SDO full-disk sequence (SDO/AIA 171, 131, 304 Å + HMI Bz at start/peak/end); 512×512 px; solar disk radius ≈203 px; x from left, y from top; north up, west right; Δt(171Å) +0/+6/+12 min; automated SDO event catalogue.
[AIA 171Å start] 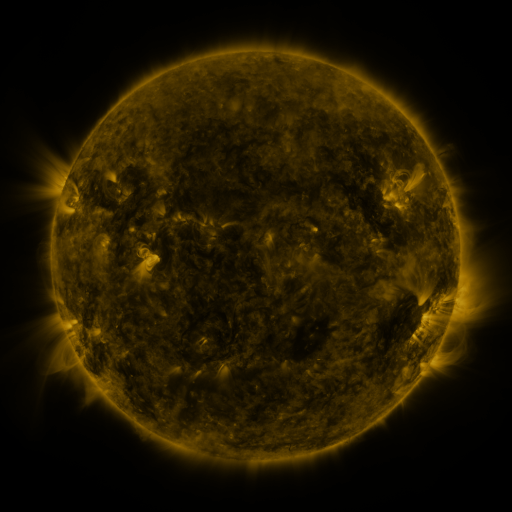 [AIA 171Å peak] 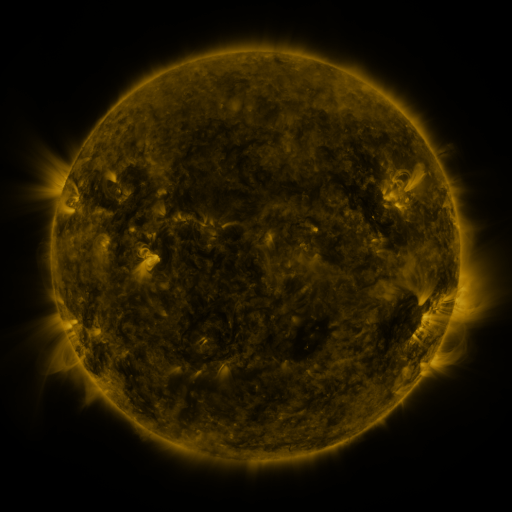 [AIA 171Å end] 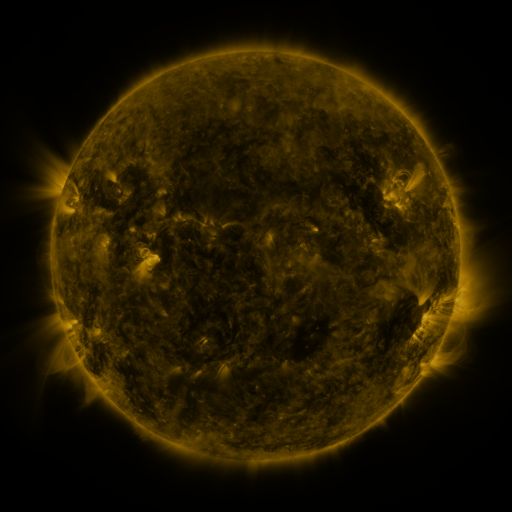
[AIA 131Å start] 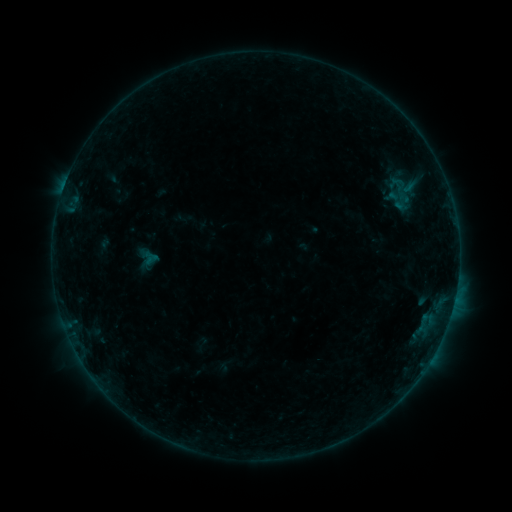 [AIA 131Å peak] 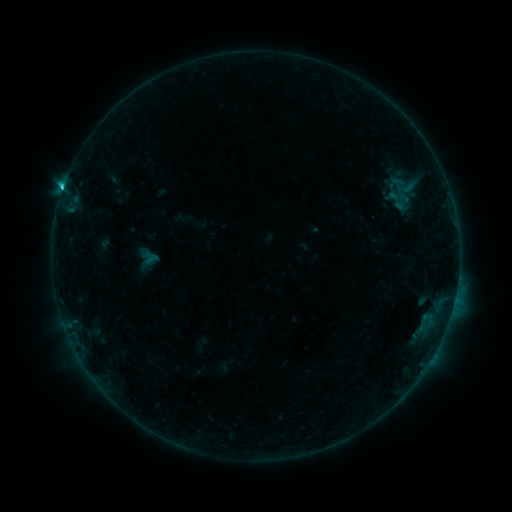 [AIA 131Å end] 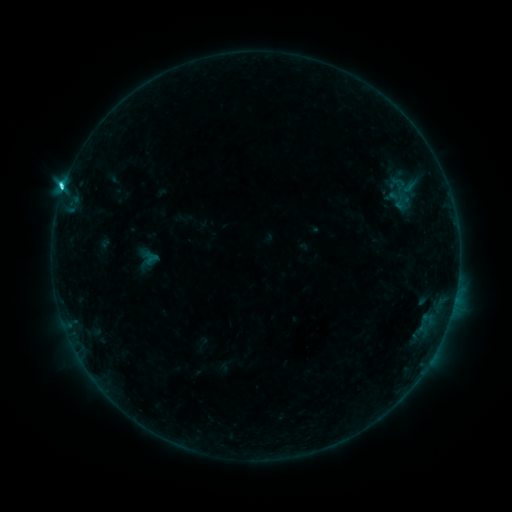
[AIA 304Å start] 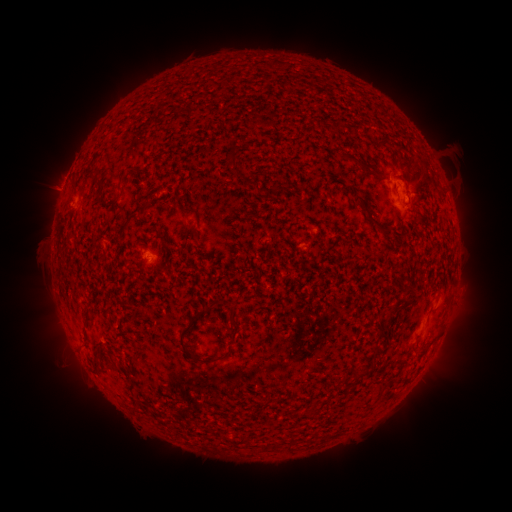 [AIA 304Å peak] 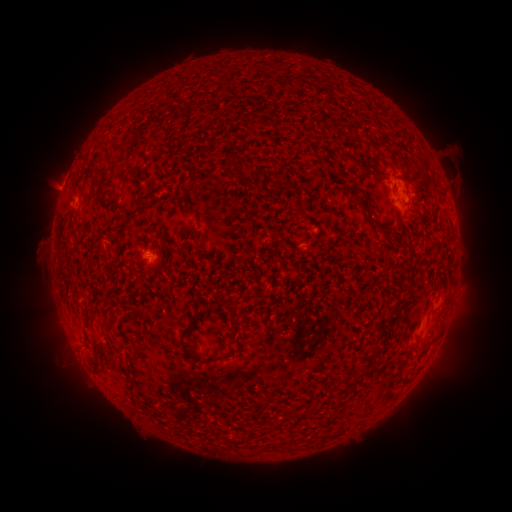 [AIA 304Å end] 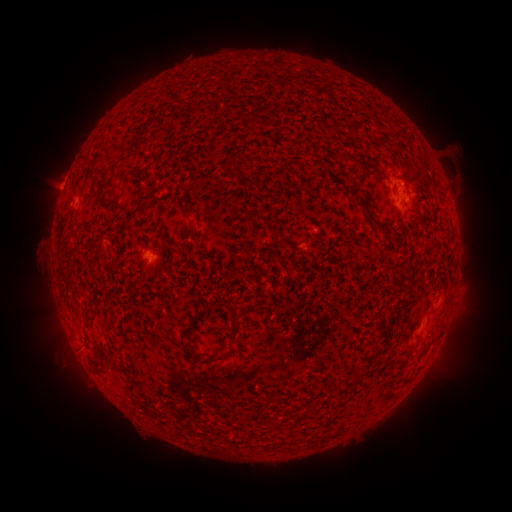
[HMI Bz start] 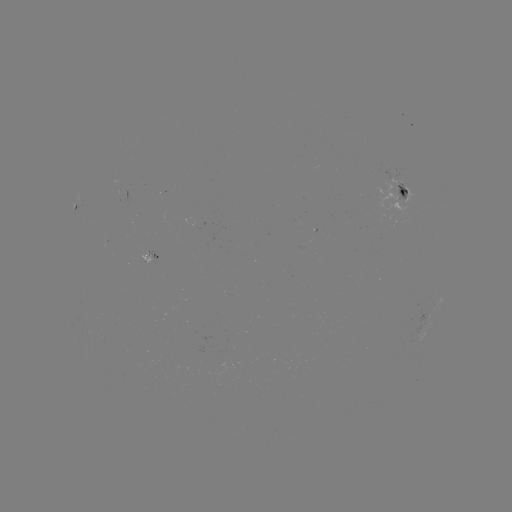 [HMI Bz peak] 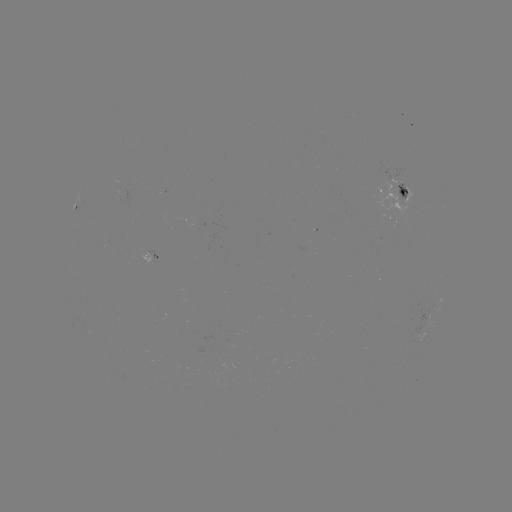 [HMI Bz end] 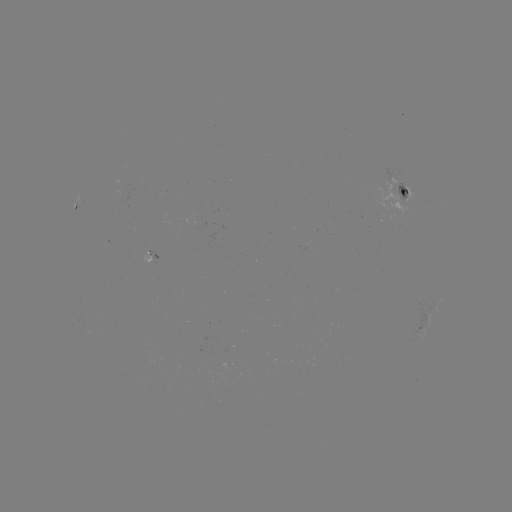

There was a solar flare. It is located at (64, 191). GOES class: C4.7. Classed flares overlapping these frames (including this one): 1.